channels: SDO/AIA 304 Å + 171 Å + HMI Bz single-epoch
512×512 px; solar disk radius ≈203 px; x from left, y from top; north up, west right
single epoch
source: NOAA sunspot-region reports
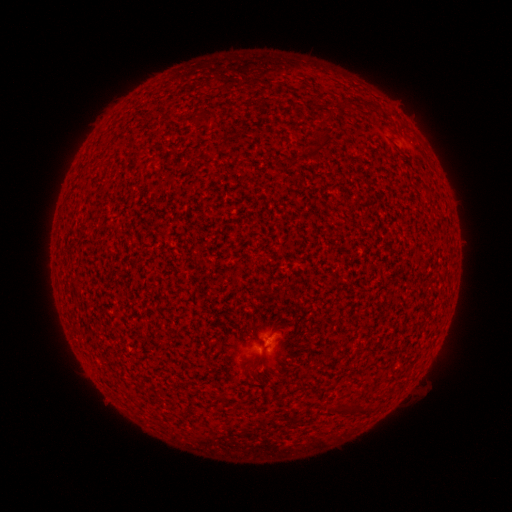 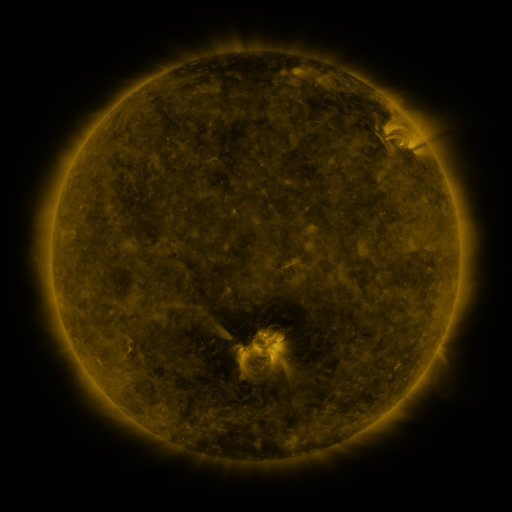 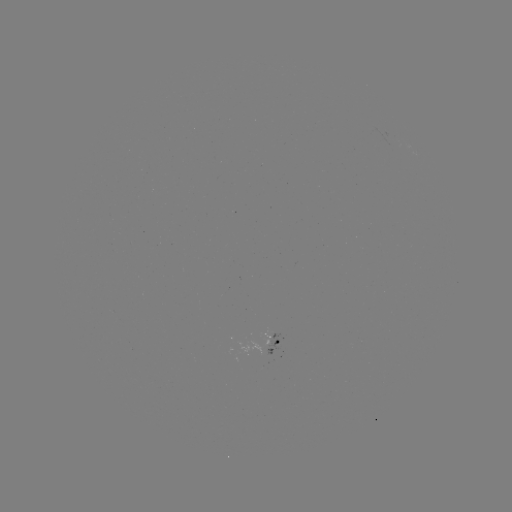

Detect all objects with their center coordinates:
(none)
